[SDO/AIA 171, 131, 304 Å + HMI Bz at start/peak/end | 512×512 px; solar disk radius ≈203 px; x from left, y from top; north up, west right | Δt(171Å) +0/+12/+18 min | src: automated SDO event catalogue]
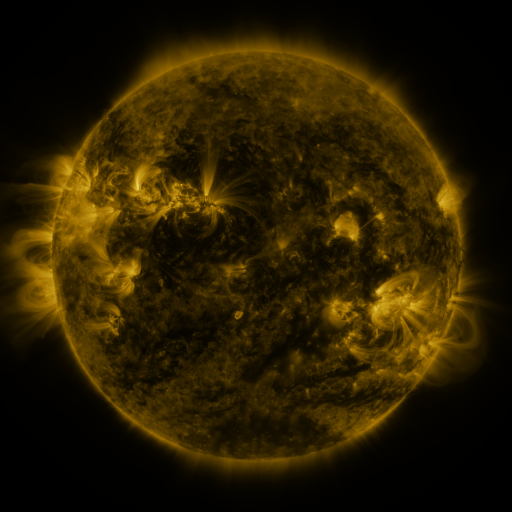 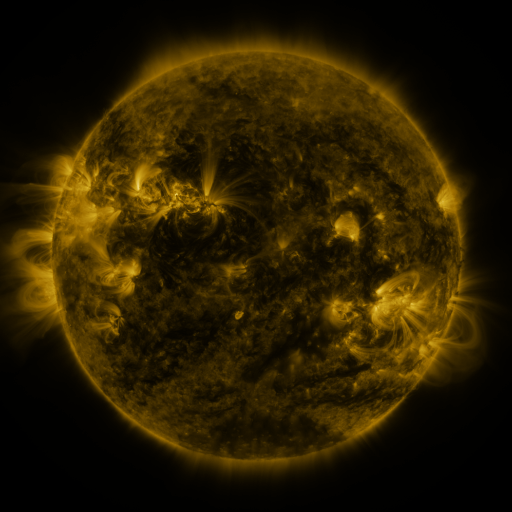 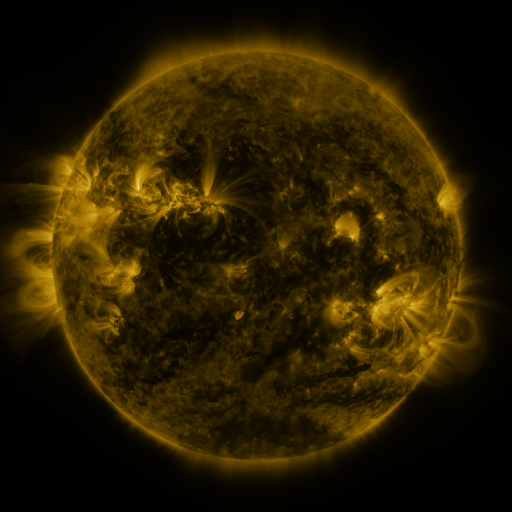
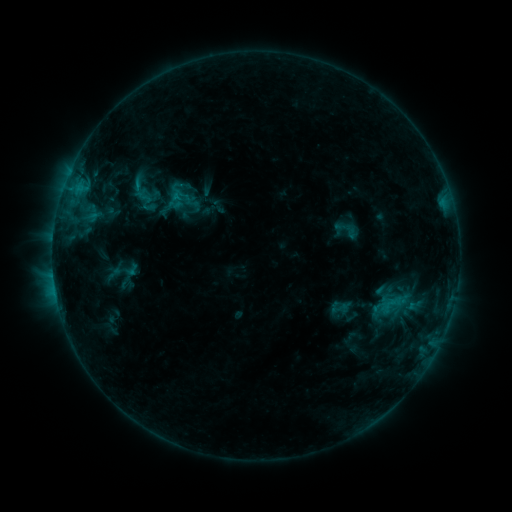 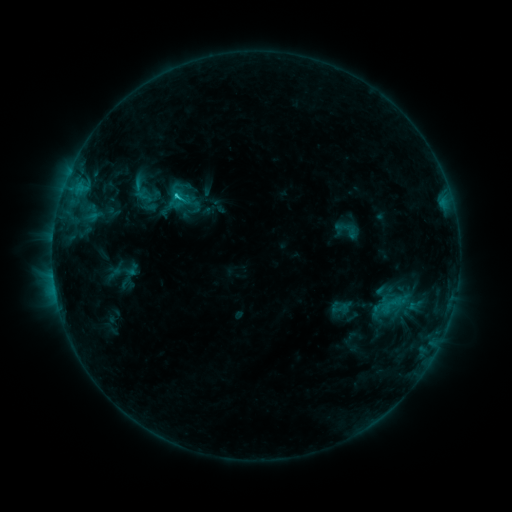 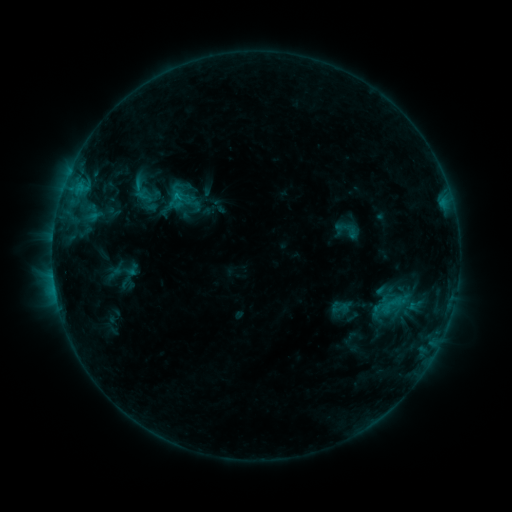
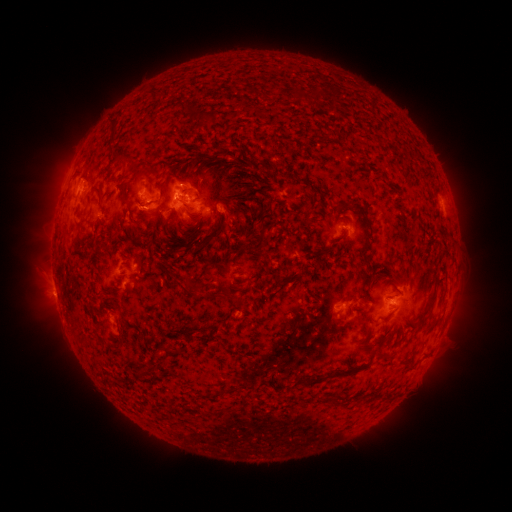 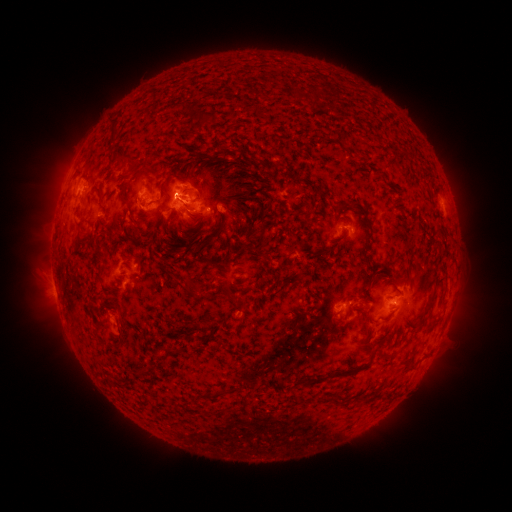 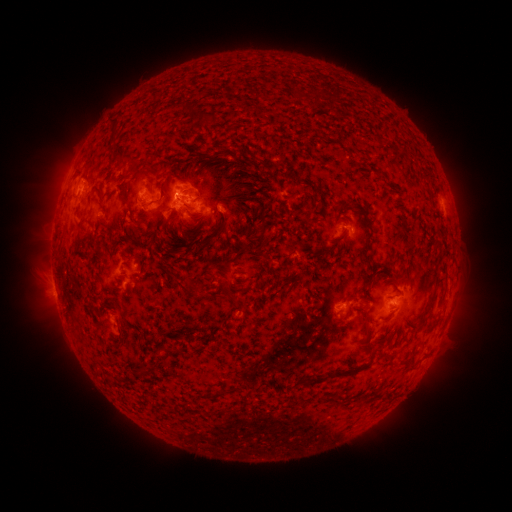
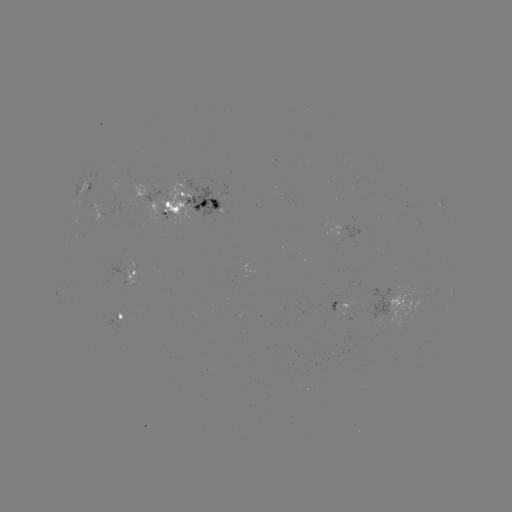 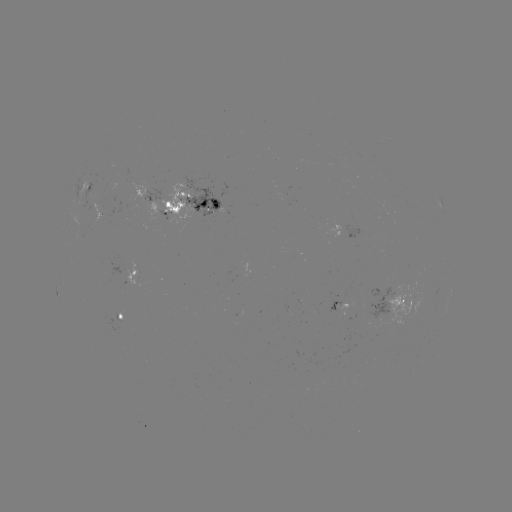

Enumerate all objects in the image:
C1.1 flare: (178, 196)
